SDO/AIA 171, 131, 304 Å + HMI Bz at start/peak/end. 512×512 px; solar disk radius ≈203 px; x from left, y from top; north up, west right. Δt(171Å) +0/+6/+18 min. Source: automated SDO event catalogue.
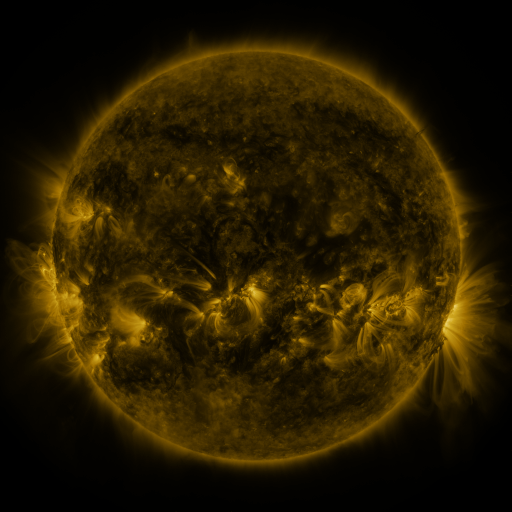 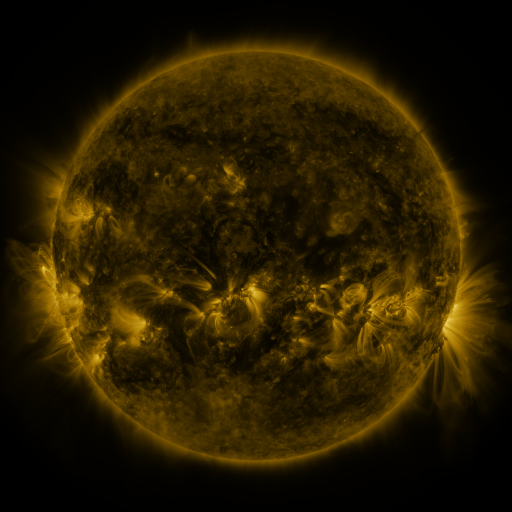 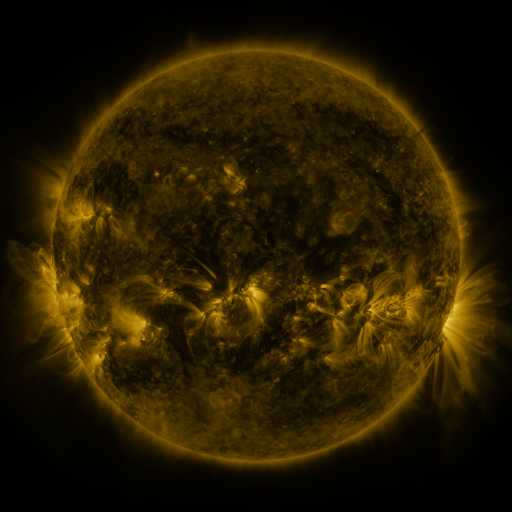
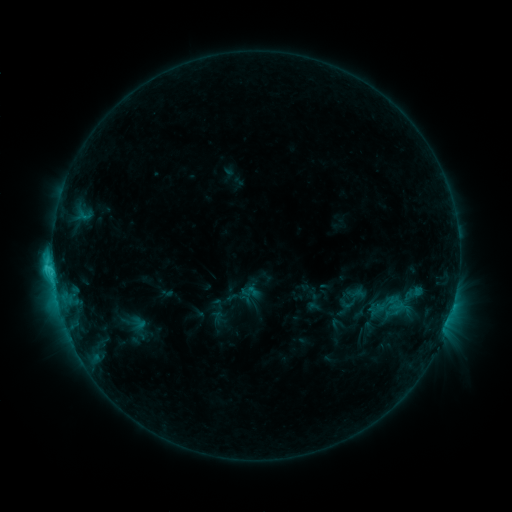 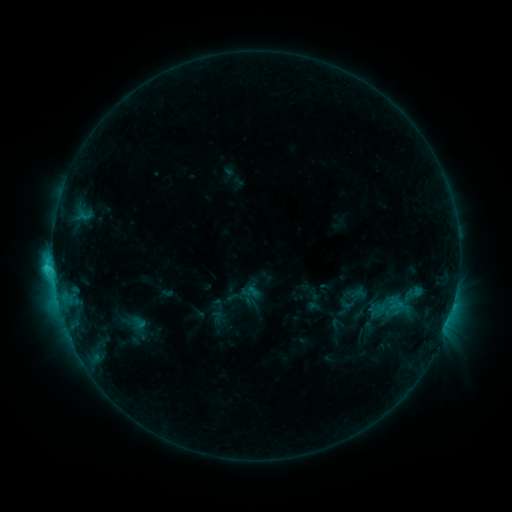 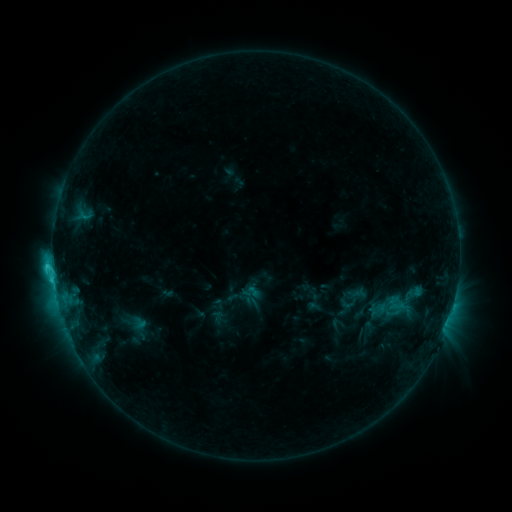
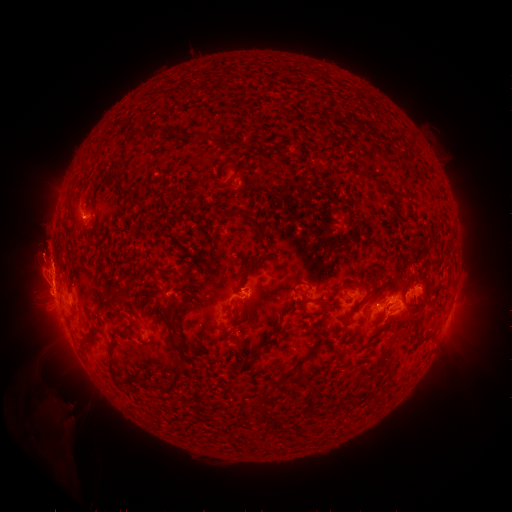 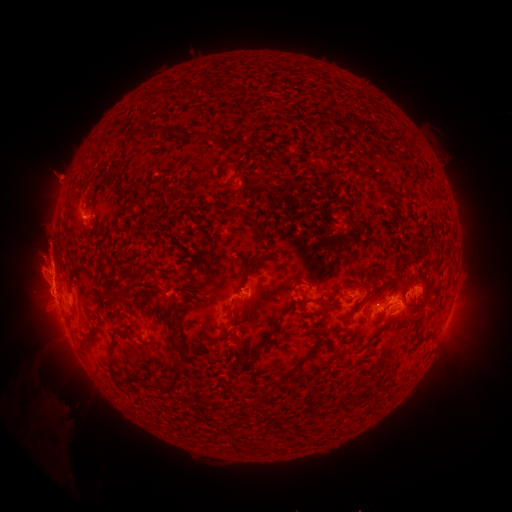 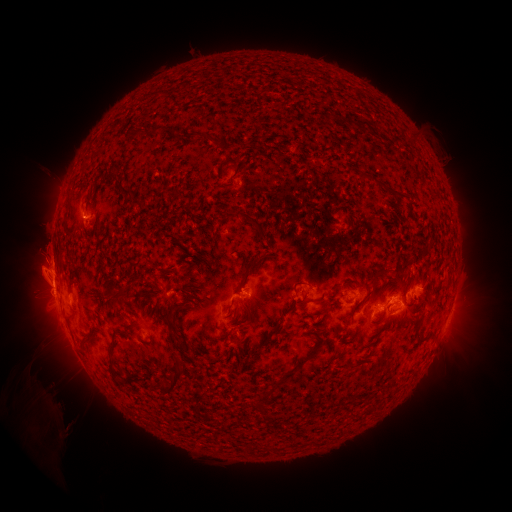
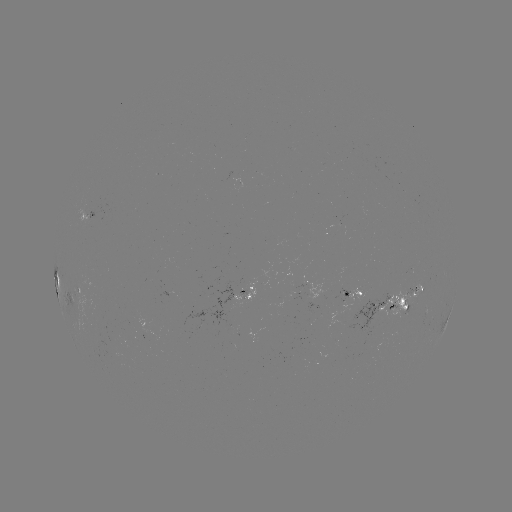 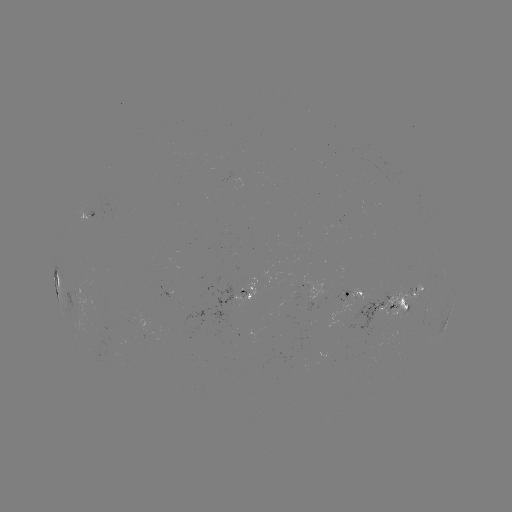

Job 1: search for eruption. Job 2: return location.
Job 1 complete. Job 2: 55,179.